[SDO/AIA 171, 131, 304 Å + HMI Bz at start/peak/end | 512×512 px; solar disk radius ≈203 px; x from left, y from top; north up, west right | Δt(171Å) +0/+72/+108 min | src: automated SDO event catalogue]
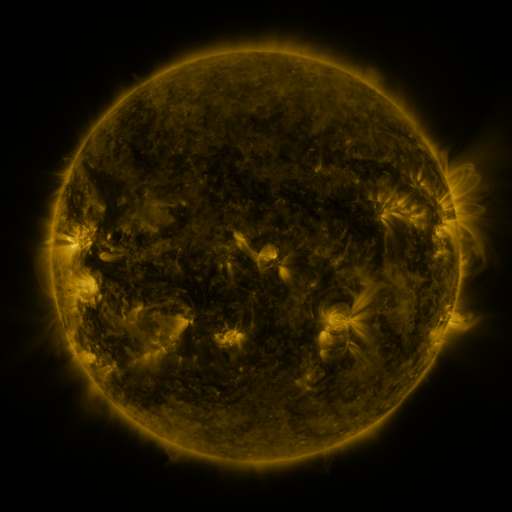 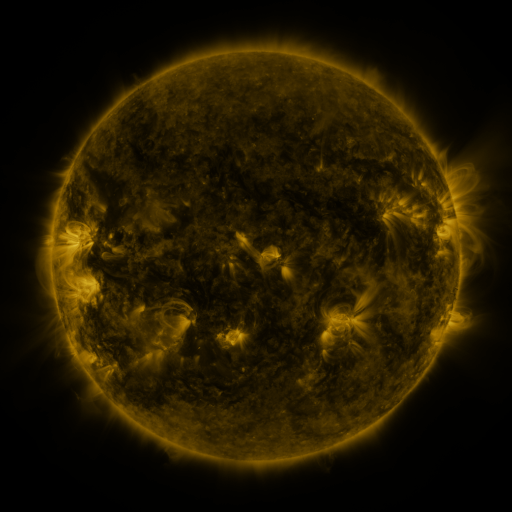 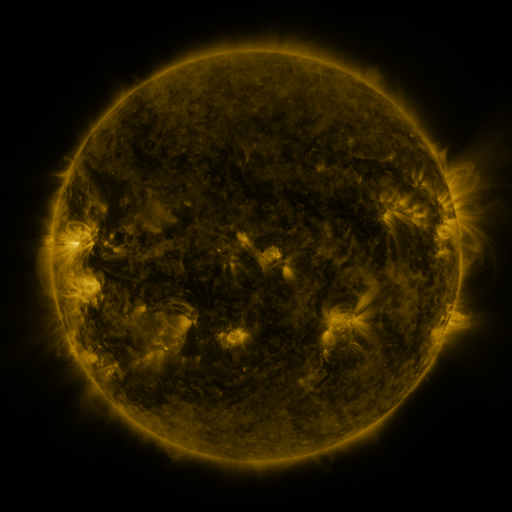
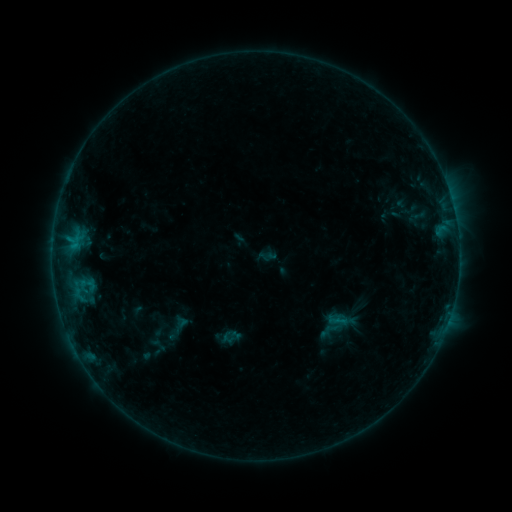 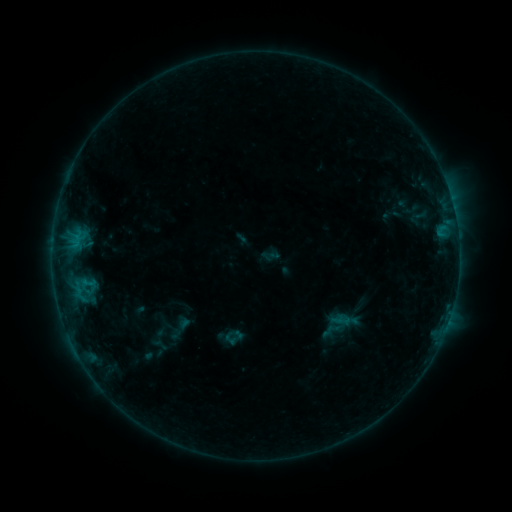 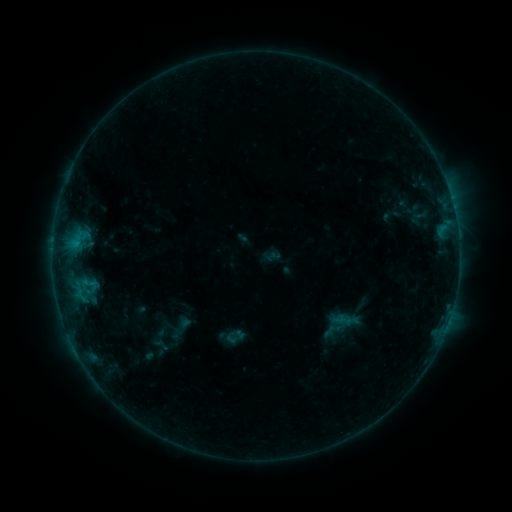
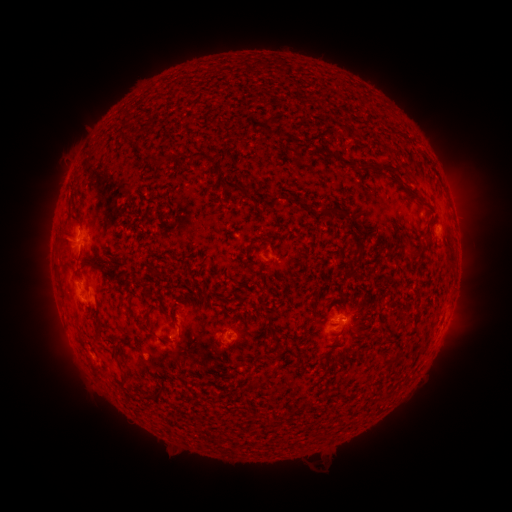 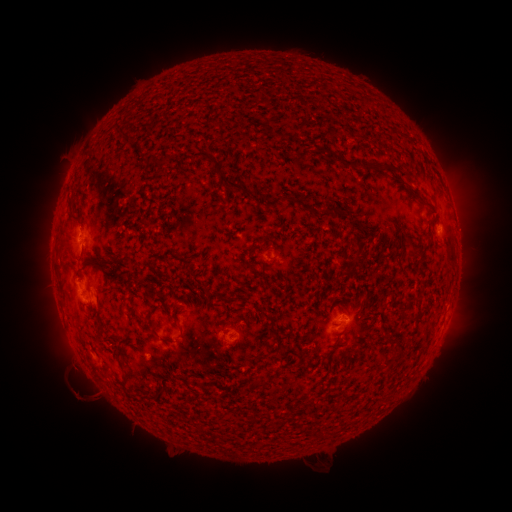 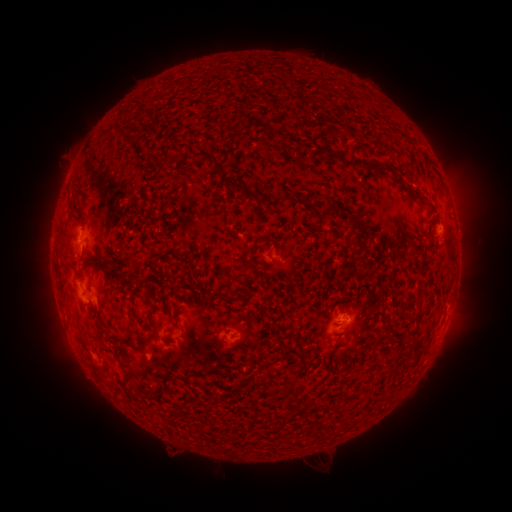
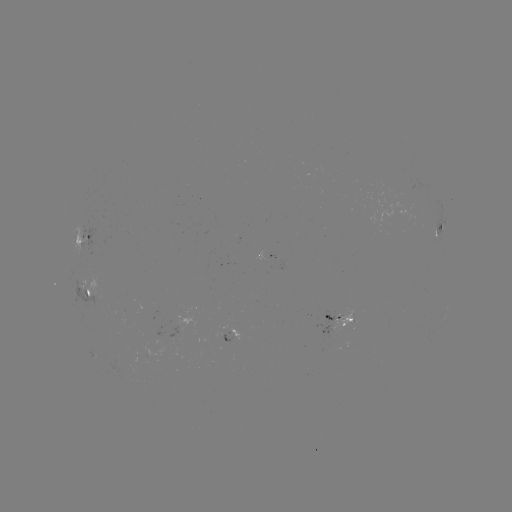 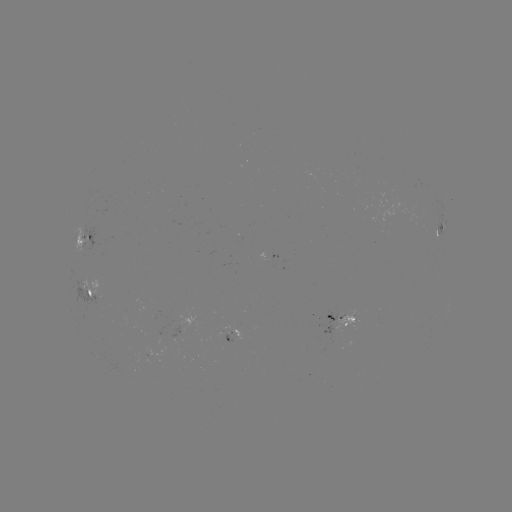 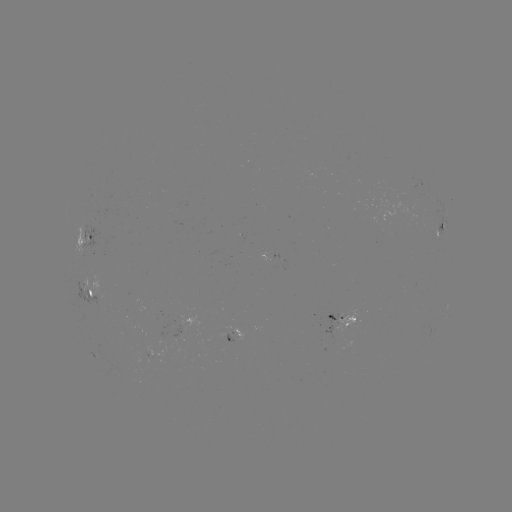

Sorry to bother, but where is emerging-flux region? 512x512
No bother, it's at (334, 322).